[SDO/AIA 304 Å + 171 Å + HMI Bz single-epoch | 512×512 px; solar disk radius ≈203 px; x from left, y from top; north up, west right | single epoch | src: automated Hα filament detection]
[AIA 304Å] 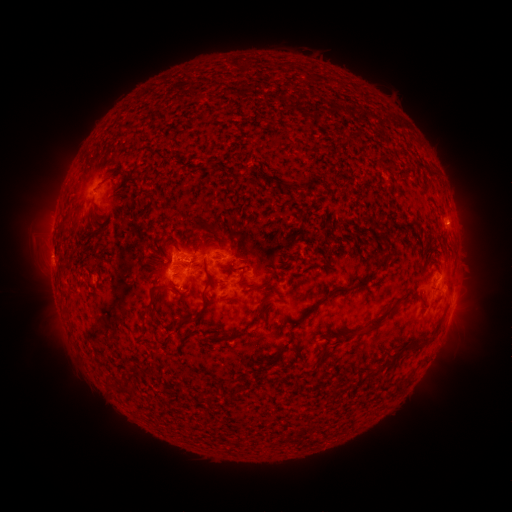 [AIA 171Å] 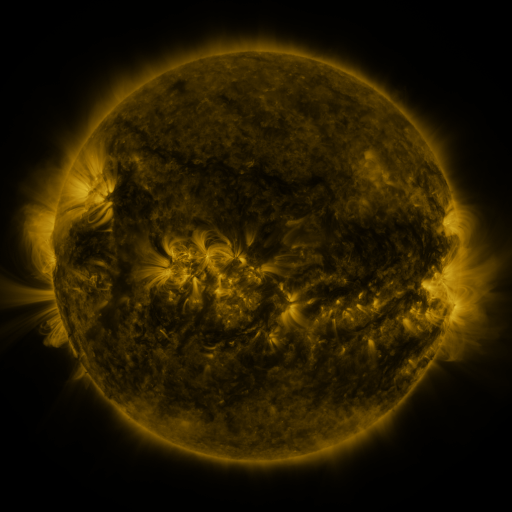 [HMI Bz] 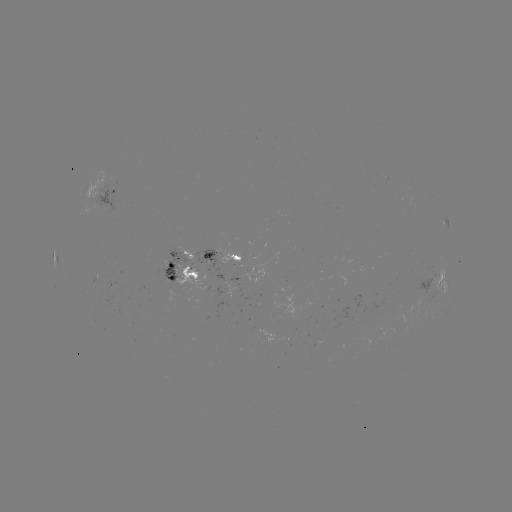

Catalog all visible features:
filament: (130, 130)
filament: (119, 189)
filament: (196, 227)
filament: (99, 233)
filament: (167, 241)
filament: (193, 260)
filament: (384, 261)
filament: (231, 262)
filament: (312, 266)
filament: (177, 274)
filament: (243, 274)
filament: (362, 281)
filament: (161, 288)
filament: (253, 288)
filament: (270, 291)
filament: (333, 293)
filament: (230, 299)
filament: (205, 301)
filament: (148, 309)
filament: (311, 310)
filament: (261, 313)
filament: (382, 317)
filament: (297, 323)
filament: (229, 338)
filament: (282, 351)
filament: (388, 363)
filament: (399, 386)
filament: (129, 391)
